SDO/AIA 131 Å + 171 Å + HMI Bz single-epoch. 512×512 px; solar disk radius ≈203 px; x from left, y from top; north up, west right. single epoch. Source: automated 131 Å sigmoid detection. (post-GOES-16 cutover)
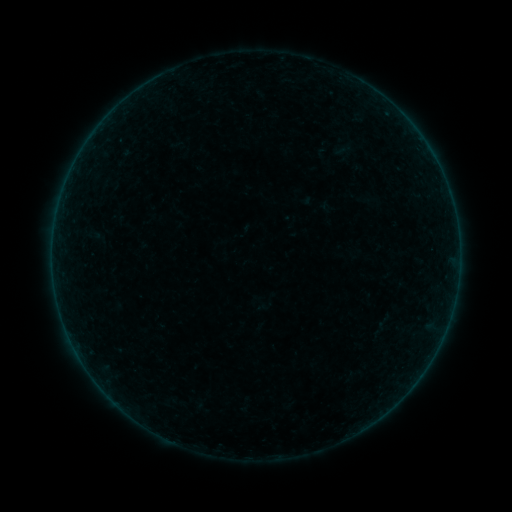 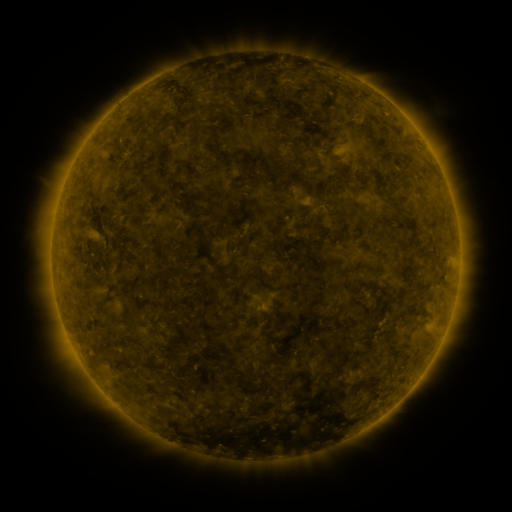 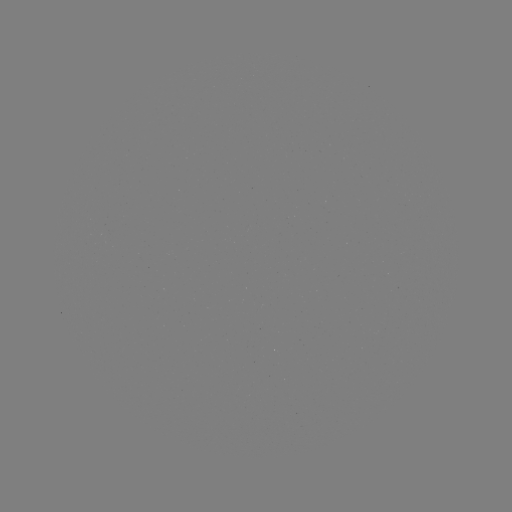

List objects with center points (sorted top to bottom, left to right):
sigmoid: <bbox>82, 223, 108, 249</bbox>
